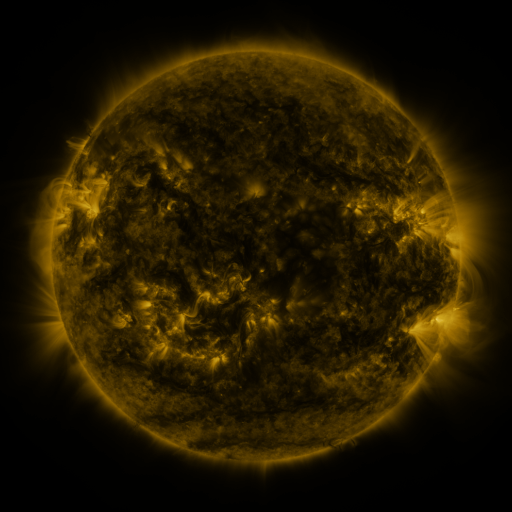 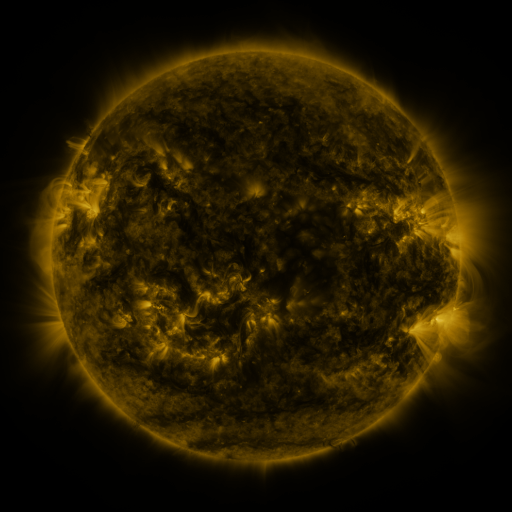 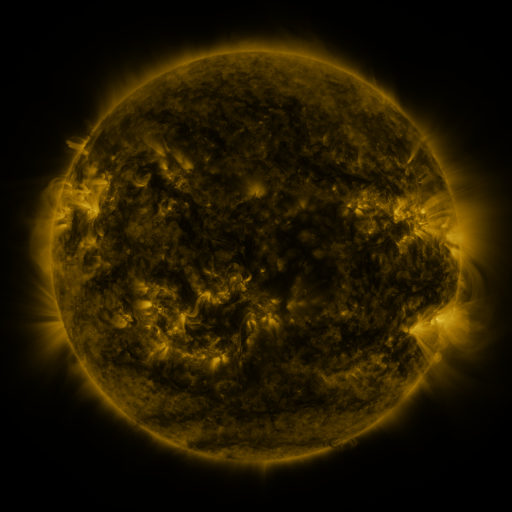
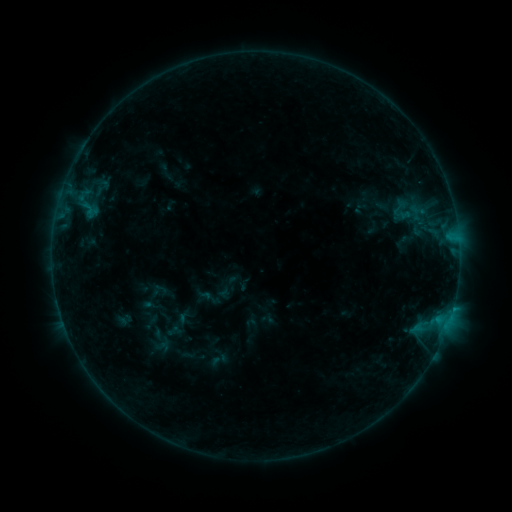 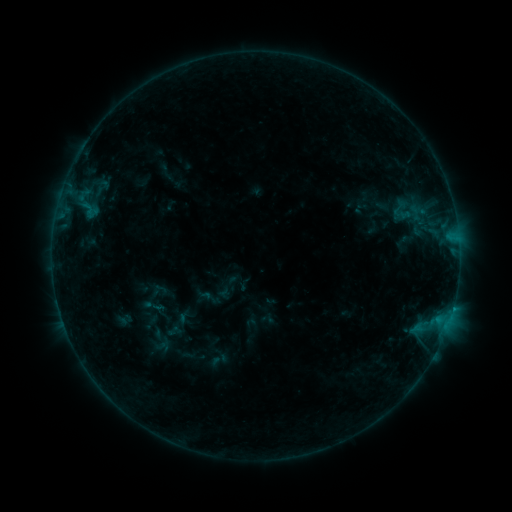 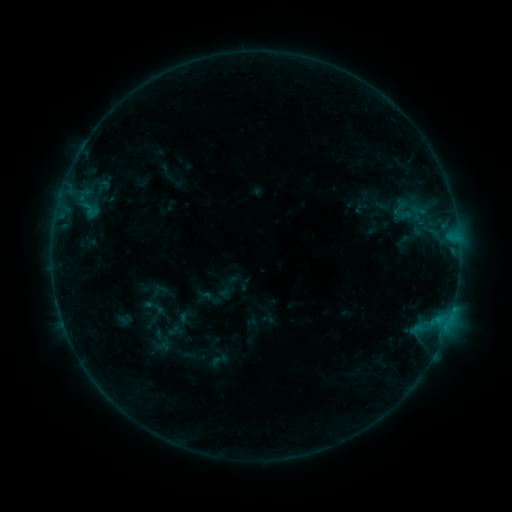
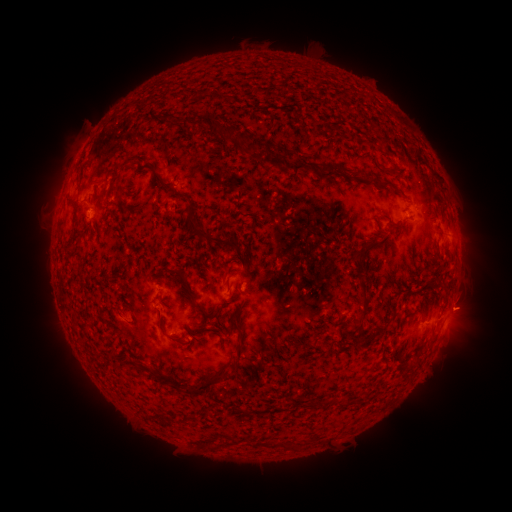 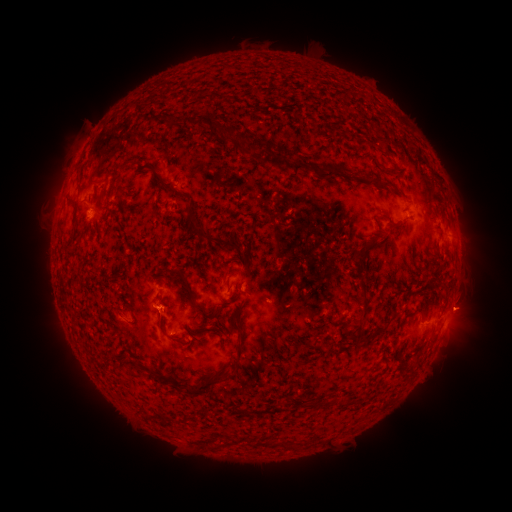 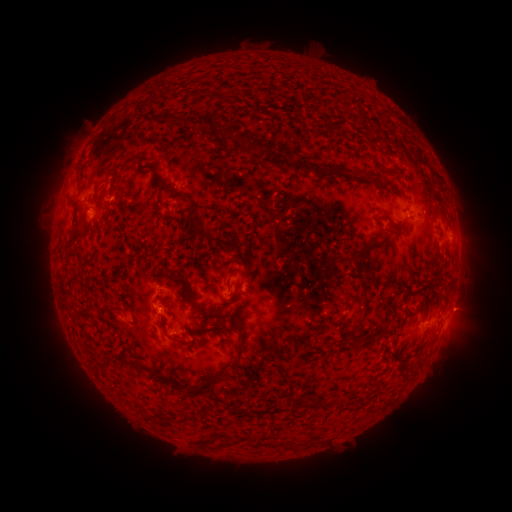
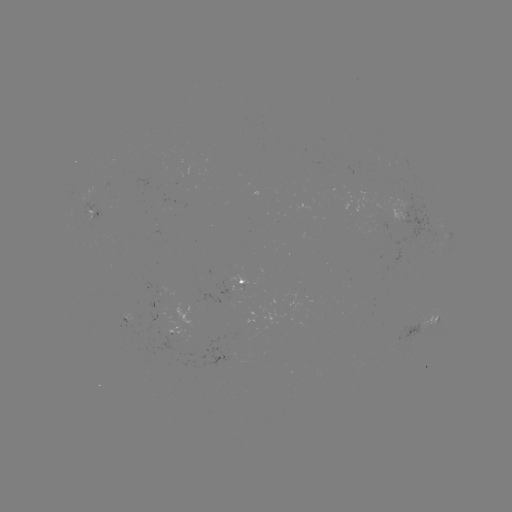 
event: eruption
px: (158, 317)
